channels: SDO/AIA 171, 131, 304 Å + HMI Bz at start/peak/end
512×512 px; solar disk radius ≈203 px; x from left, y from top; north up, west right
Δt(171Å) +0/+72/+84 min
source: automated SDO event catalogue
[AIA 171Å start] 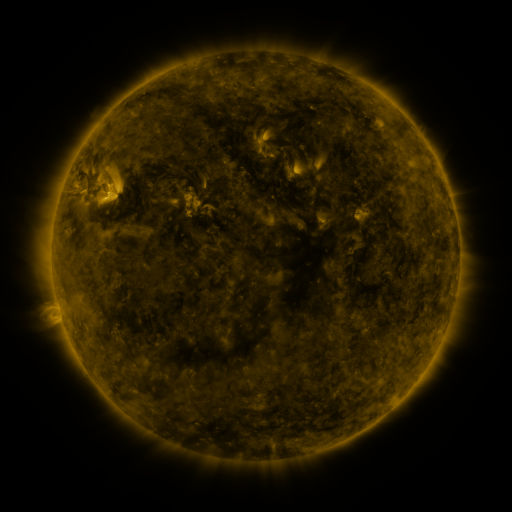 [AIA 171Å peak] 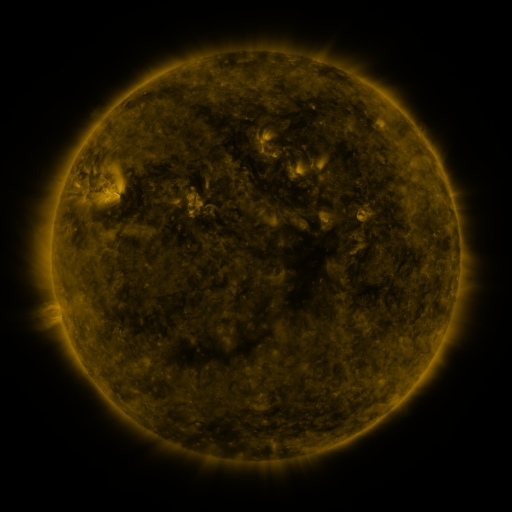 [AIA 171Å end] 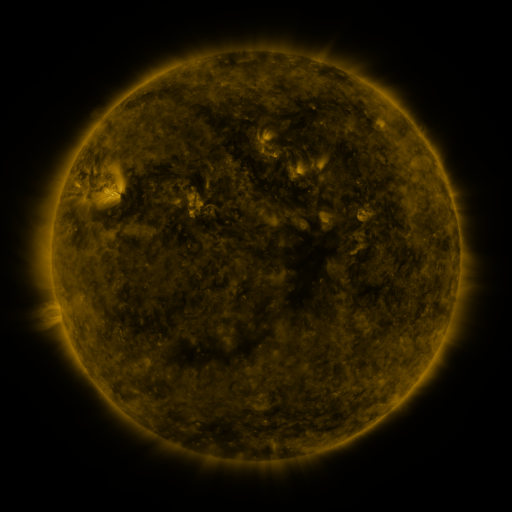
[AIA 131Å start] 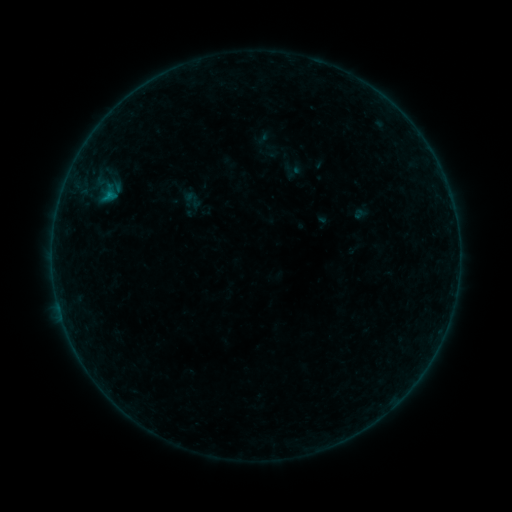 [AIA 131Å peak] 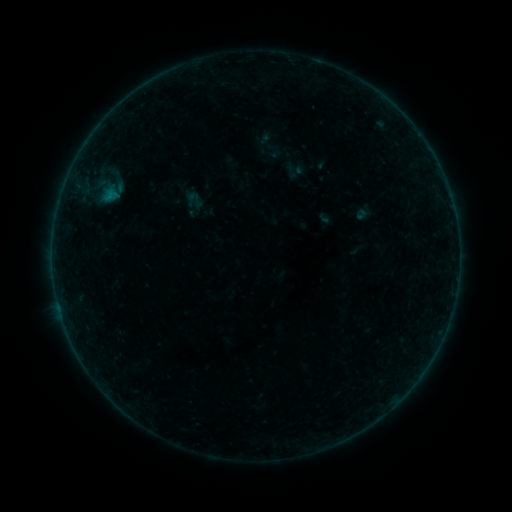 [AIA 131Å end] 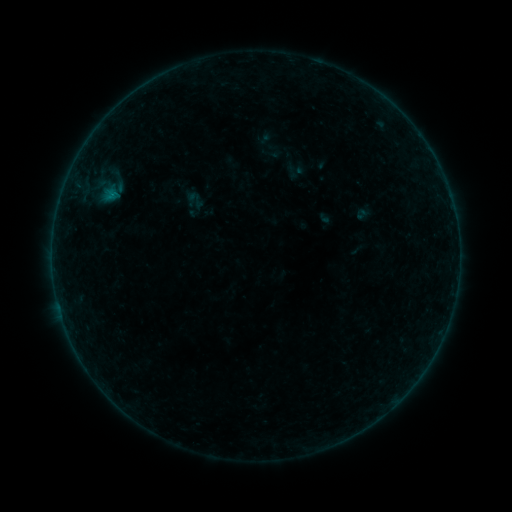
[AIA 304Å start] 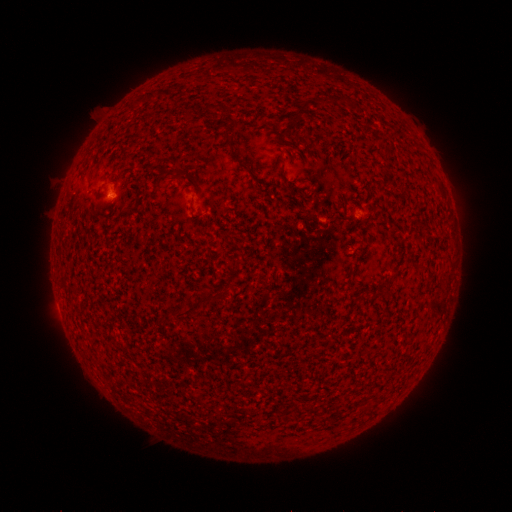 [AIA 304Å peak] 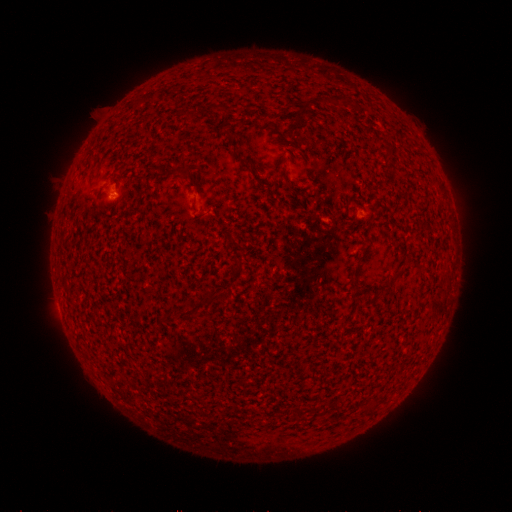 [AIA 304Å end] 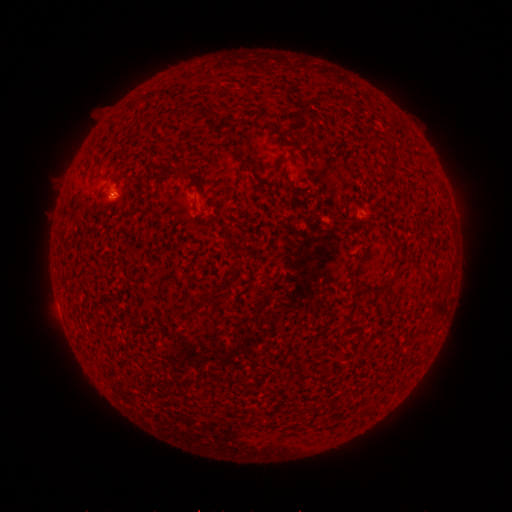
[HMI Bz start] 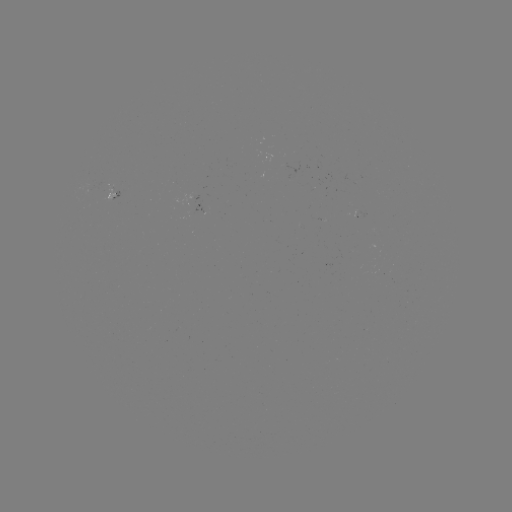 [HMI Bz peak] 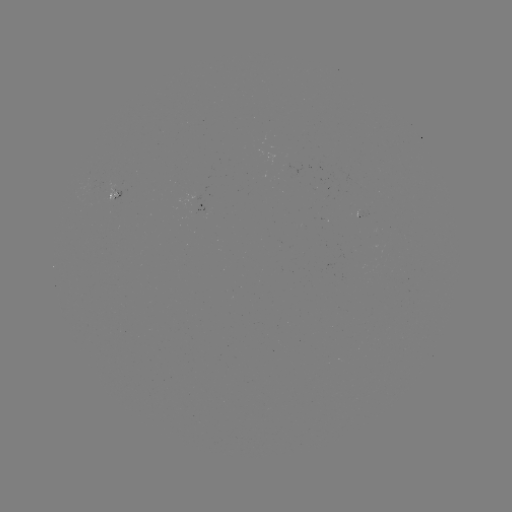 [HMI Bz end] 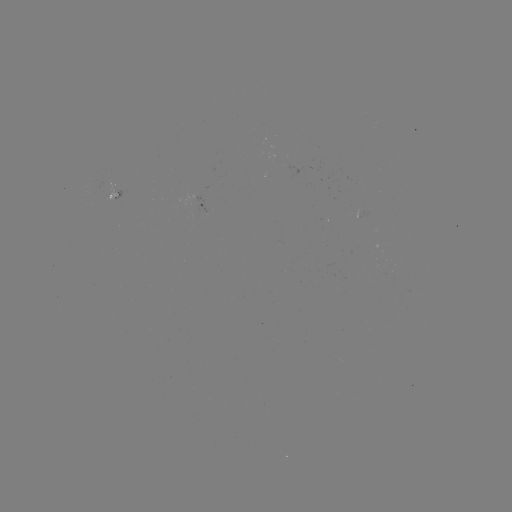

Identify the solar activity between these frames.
emerging-flux region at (196, 200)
